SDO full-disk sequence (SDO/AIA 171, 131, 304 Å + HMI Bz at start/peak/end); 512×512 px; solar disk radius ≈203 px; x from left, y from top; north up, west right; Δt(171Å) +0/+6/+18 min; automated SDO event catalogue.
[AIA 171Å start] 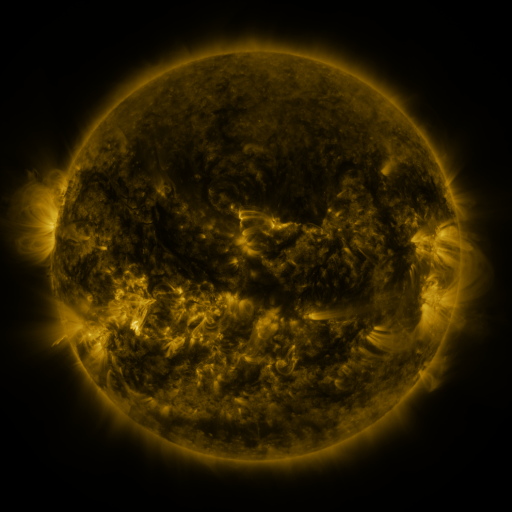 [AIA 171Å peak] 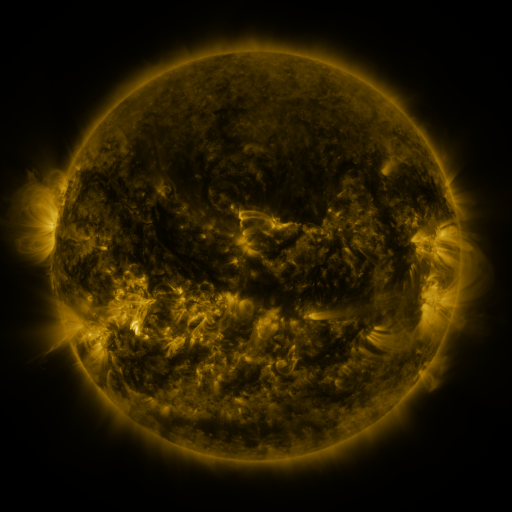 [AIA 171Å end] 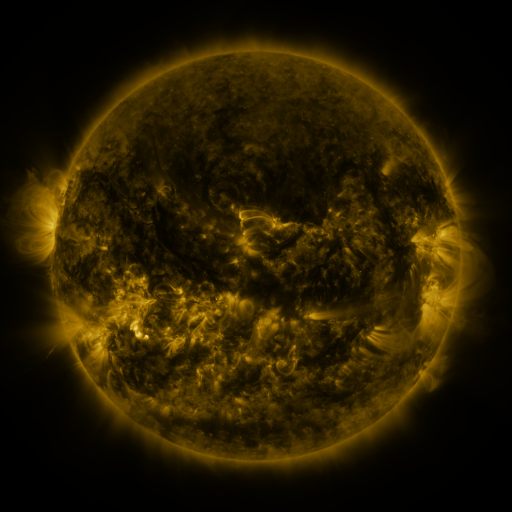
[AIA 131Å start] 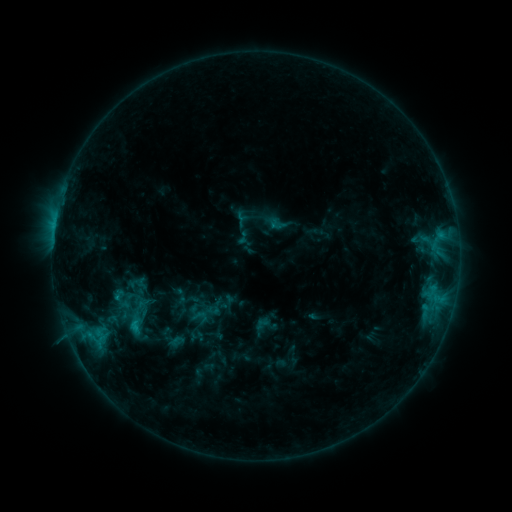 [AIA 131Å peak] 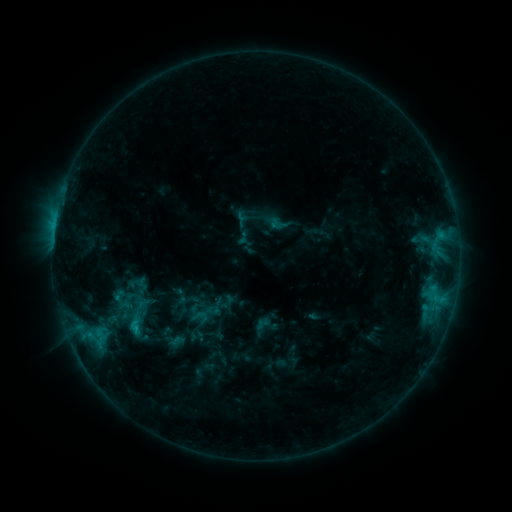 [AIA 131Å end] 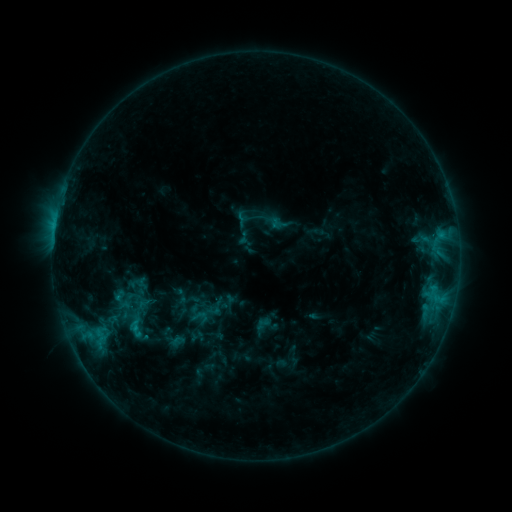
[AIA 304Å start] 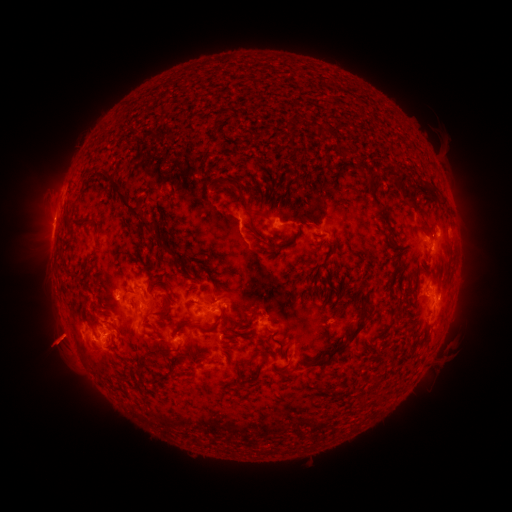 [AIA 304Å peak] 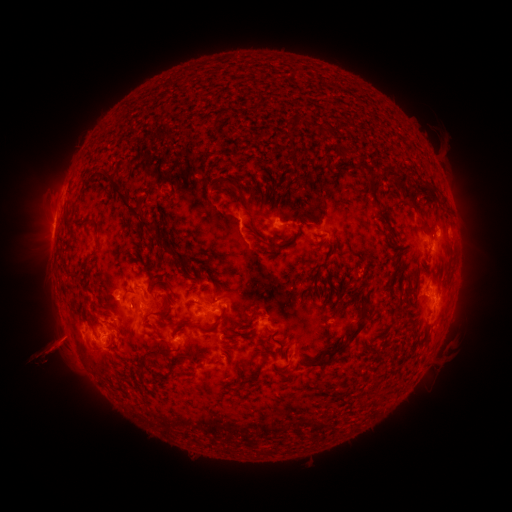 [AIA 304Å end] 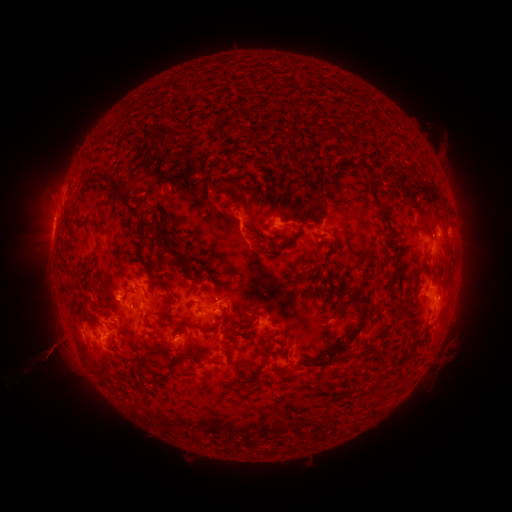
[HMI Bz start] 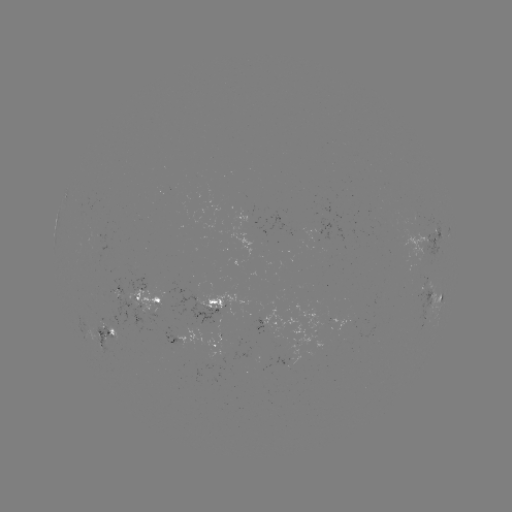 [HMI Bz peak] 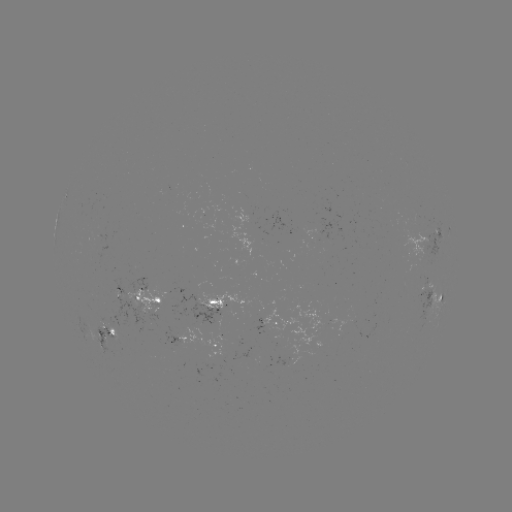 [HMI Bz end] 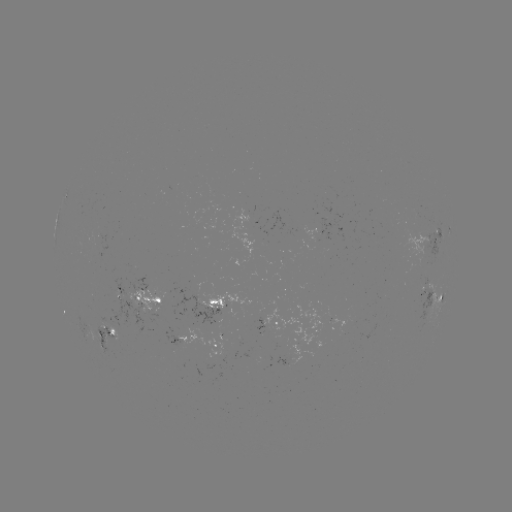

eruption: [23, 311, 90, 383]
